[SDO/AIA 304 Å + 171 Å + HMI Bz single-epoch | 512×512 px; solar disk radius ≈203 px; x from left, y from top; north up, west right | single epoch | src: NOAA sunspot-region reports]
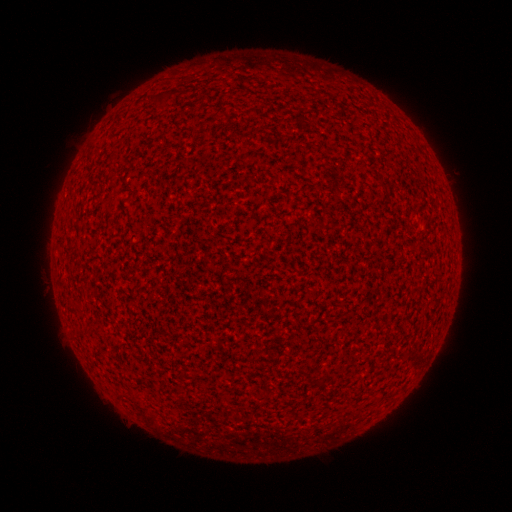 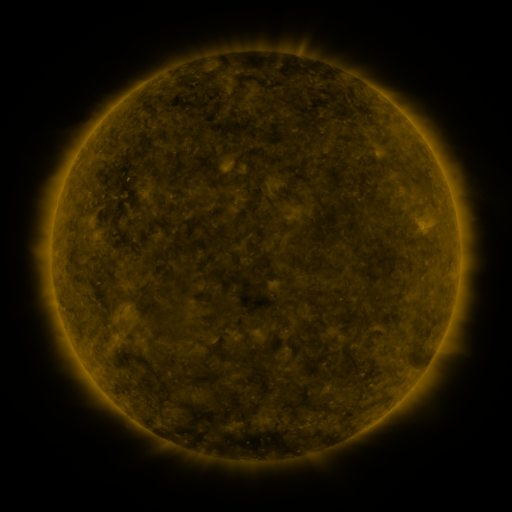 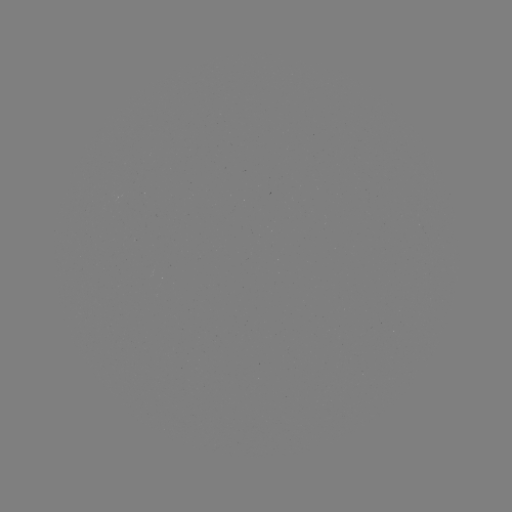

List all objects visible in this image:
(none)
